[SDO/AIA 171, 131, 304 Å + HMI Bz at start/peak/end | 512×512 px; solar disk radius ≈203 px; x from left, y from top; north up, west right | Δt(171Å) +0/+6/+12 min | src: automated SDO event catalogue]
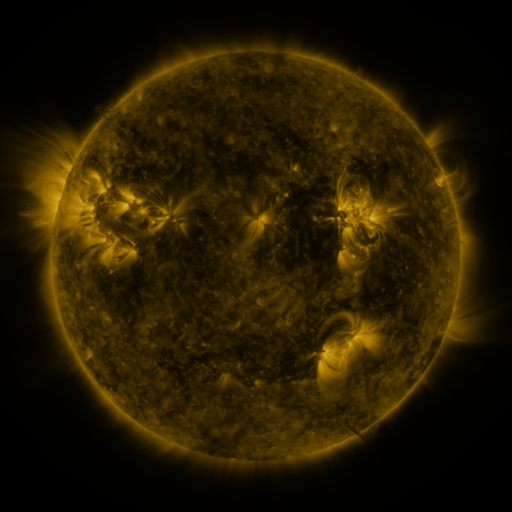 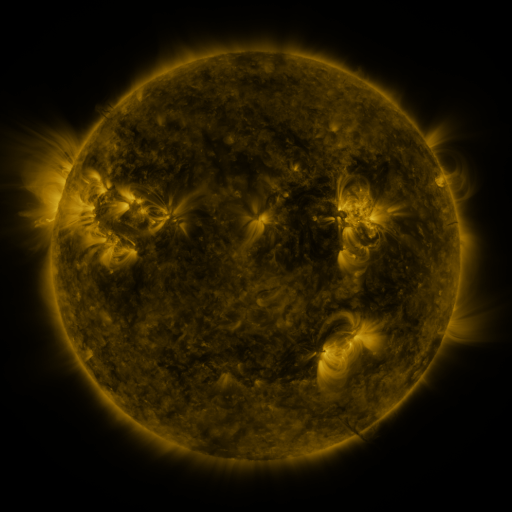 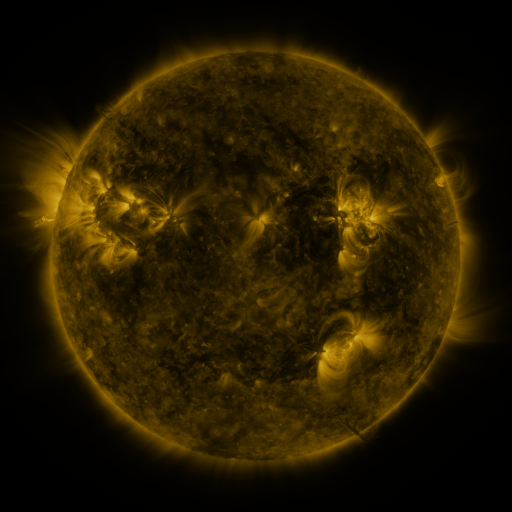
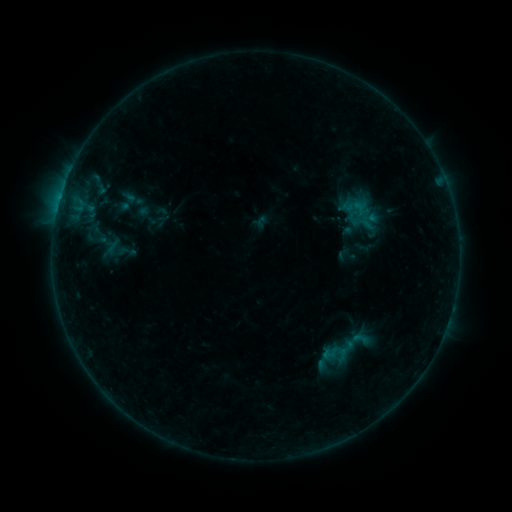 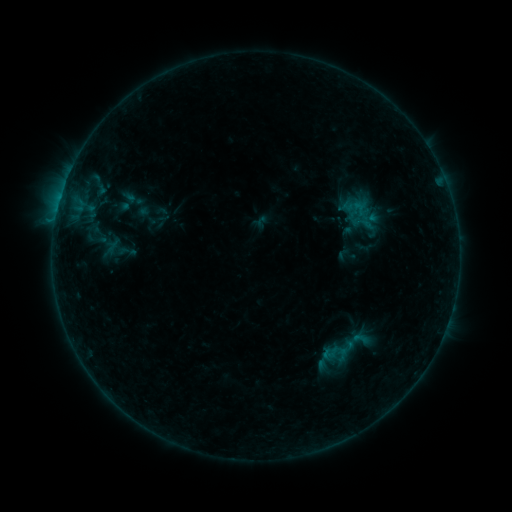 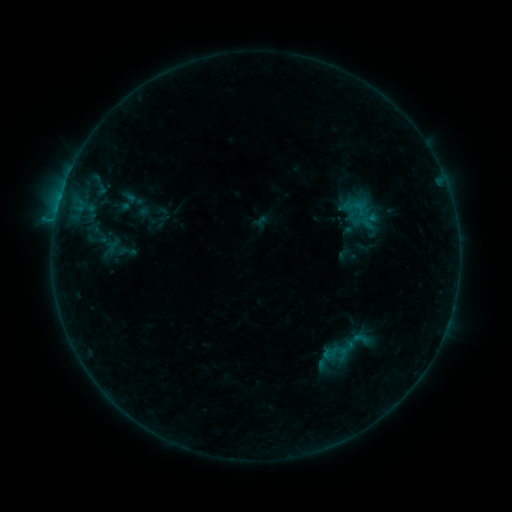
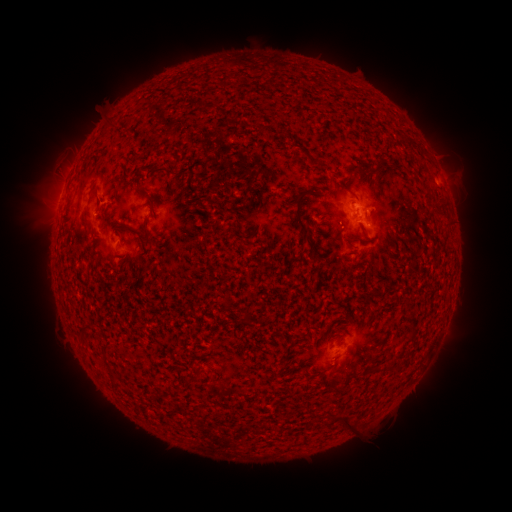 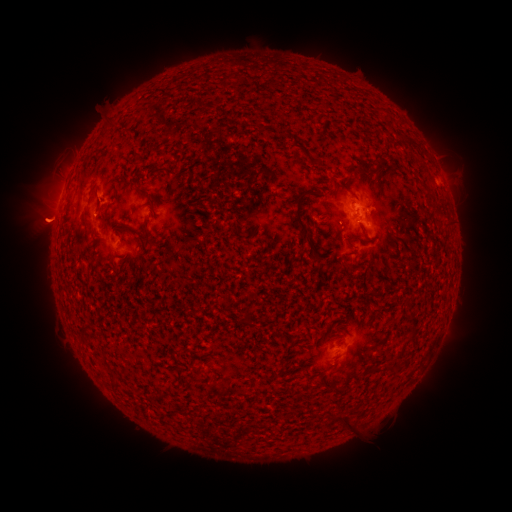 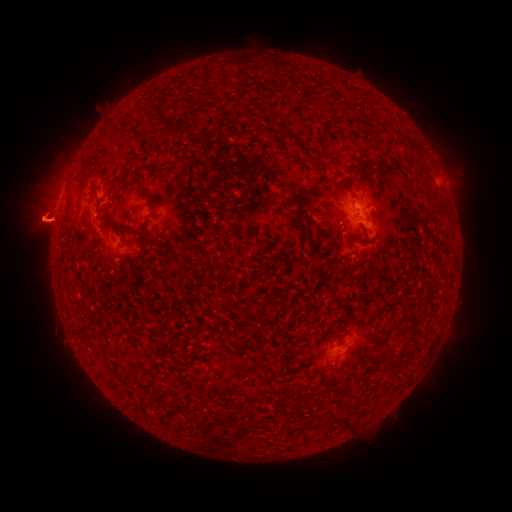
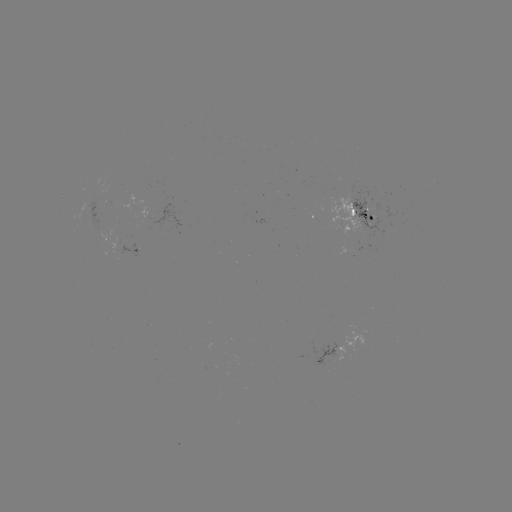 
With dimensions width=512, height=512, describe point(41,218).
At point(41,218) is eruption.